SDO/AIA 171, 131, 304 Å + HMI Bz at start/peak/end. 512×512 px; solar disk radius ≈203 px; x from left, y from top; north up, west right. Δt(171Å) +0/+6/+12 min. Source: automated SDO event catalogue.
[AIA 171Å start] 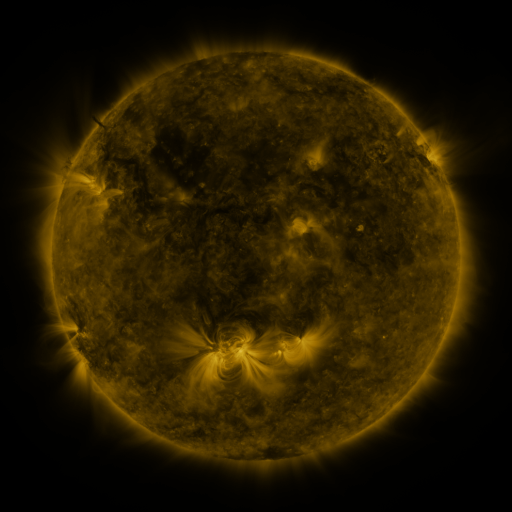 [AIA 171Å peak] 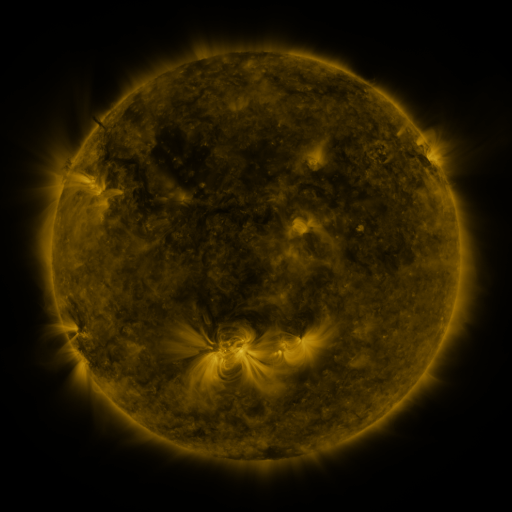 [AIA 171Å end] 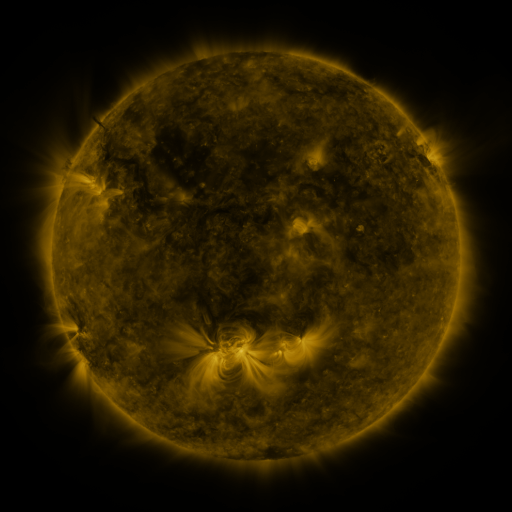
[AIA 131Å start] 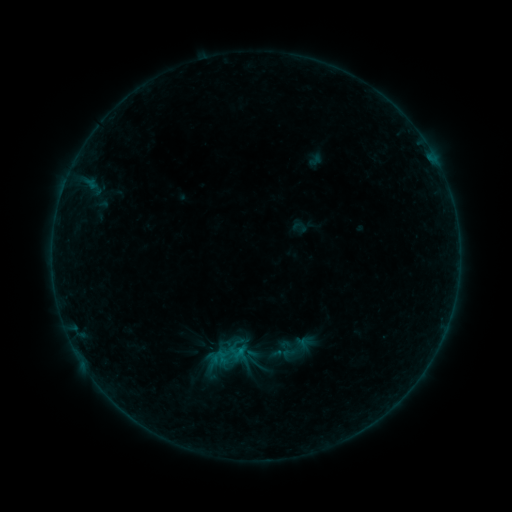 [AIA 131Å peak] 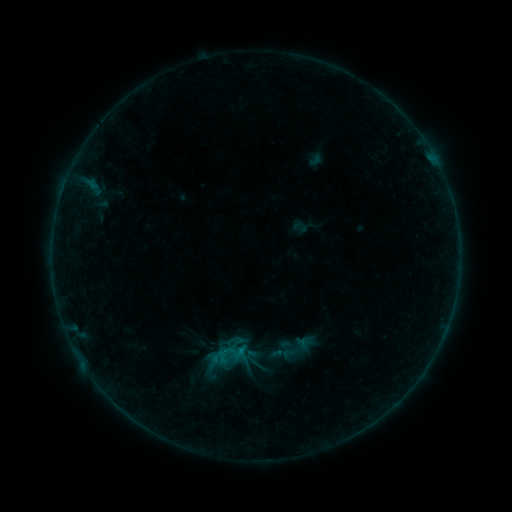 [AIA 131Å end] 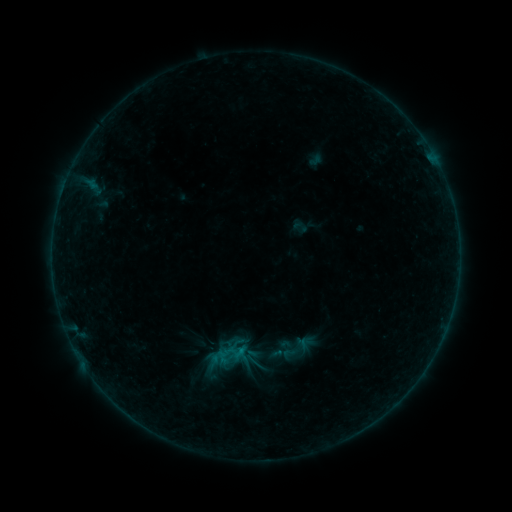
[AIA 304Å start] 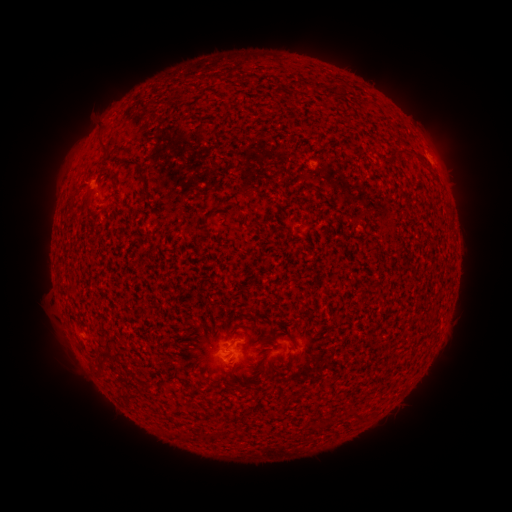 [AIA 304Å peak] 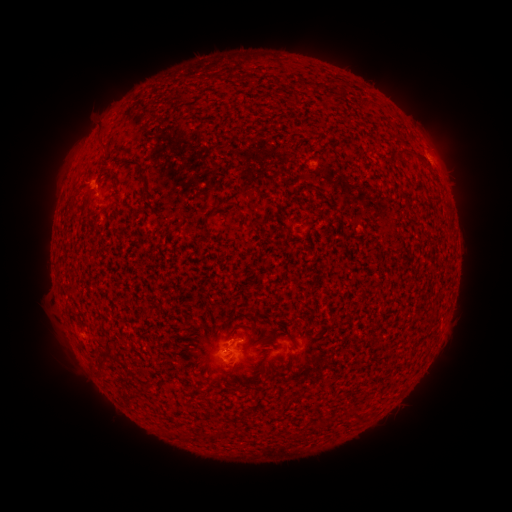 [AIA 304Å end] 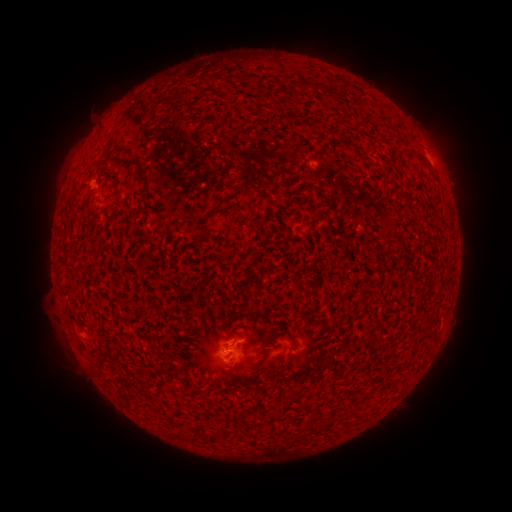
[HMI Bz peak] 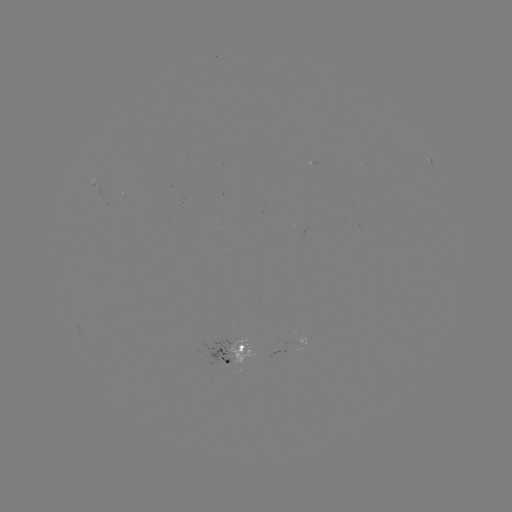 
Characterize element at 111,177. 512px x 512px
B1.9 flare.